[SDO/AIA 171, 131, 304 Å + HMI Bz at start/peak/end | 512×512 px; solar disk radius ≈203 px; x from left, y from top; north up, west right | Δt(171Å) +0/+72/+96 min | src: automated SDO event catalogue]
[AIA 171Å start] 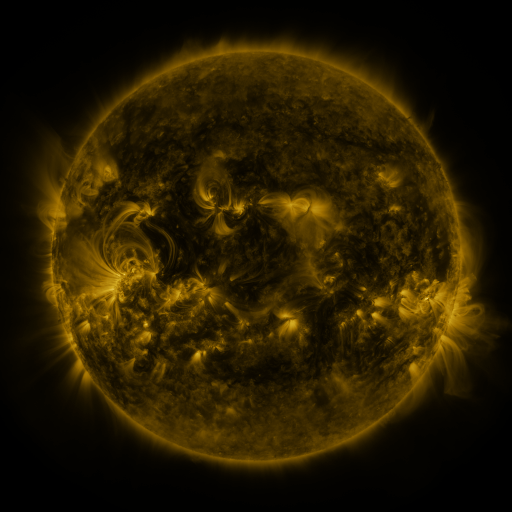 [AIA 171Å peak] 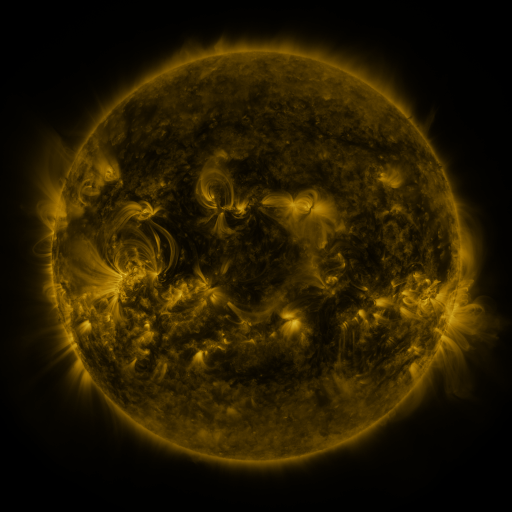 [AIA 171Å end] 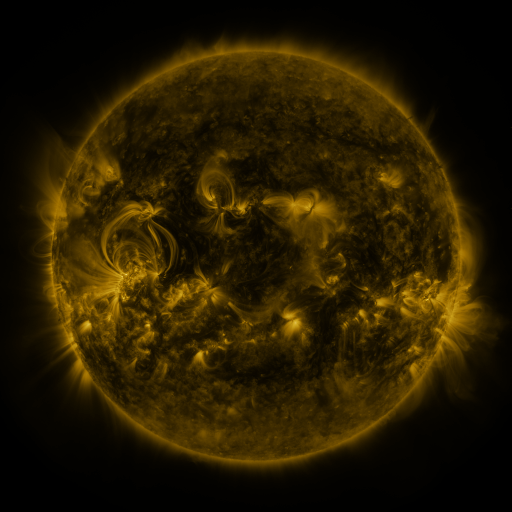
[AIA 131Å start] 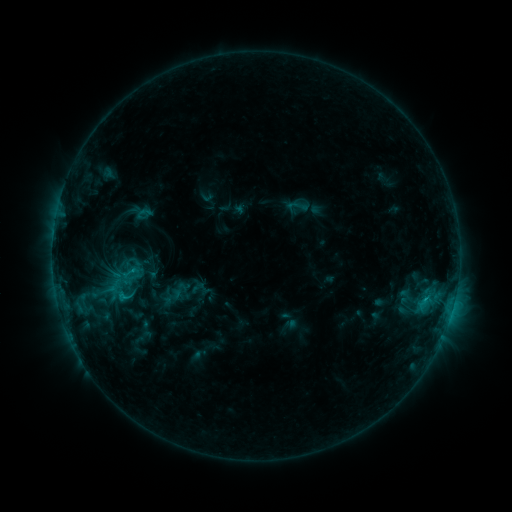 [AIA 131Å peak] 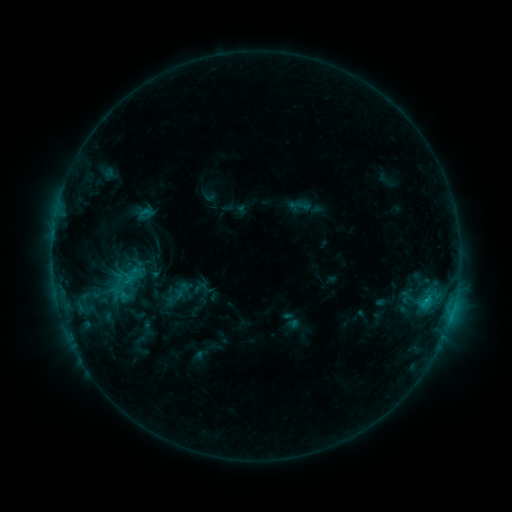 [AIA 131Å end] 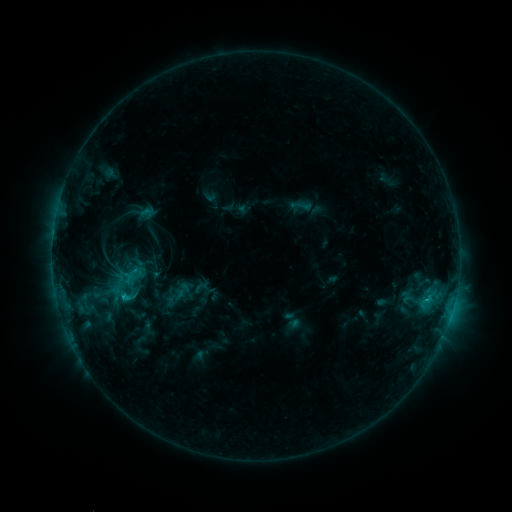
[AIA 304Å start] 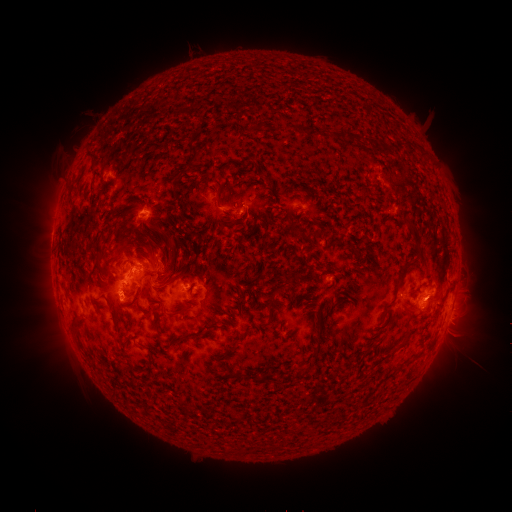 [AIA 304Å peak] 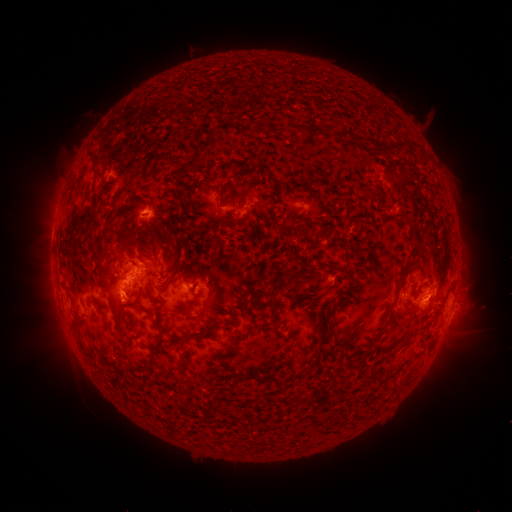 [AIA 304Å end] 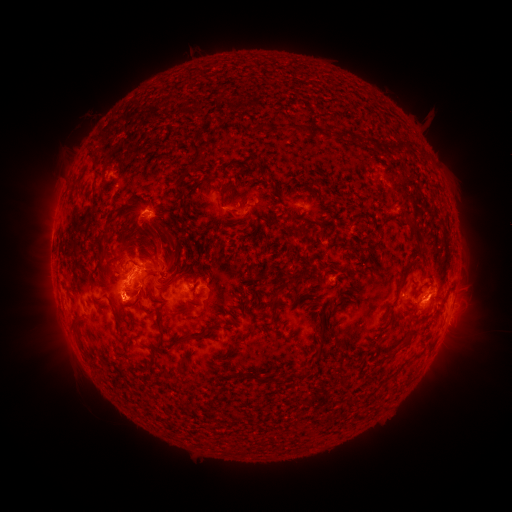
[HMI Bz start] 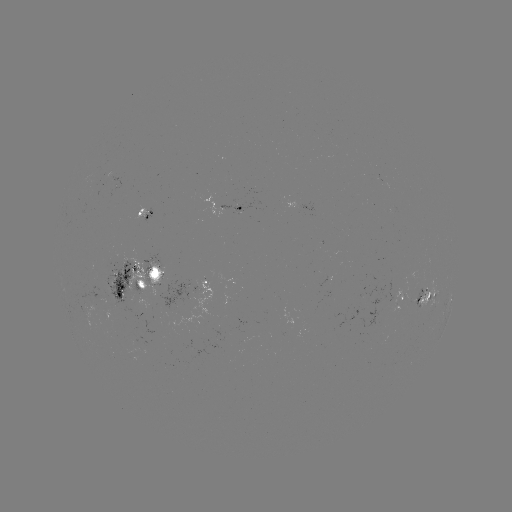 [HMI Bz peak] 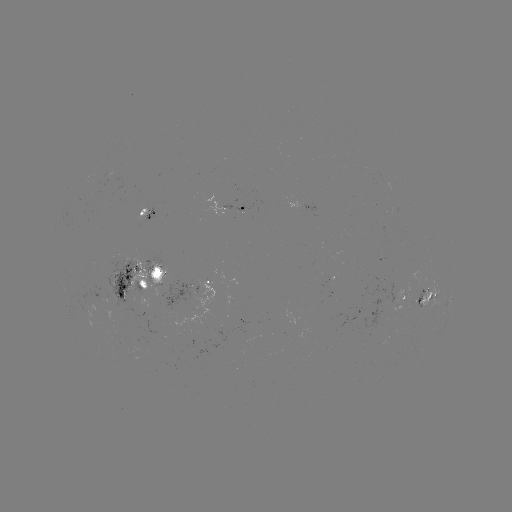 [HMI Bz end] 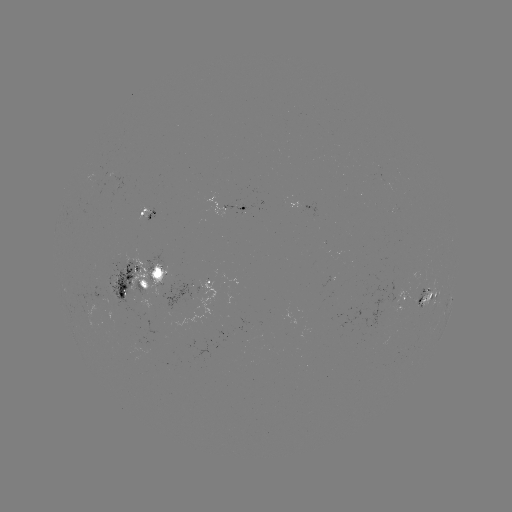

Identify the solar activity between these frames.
emerging-flux region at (244, 211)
